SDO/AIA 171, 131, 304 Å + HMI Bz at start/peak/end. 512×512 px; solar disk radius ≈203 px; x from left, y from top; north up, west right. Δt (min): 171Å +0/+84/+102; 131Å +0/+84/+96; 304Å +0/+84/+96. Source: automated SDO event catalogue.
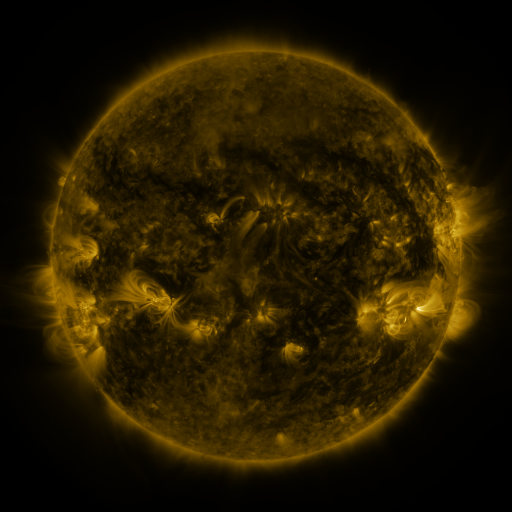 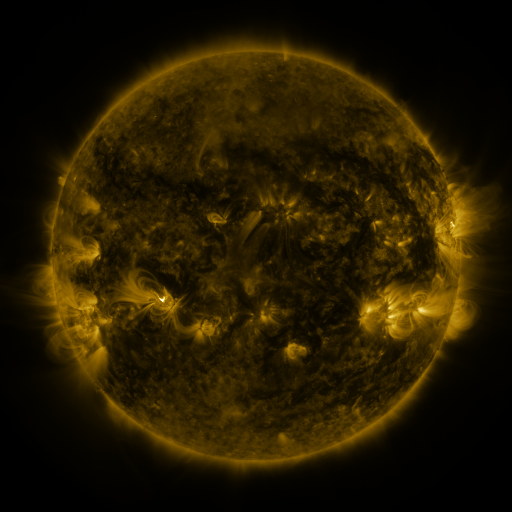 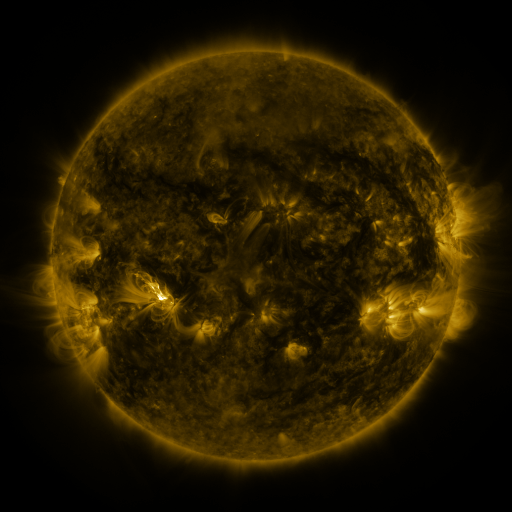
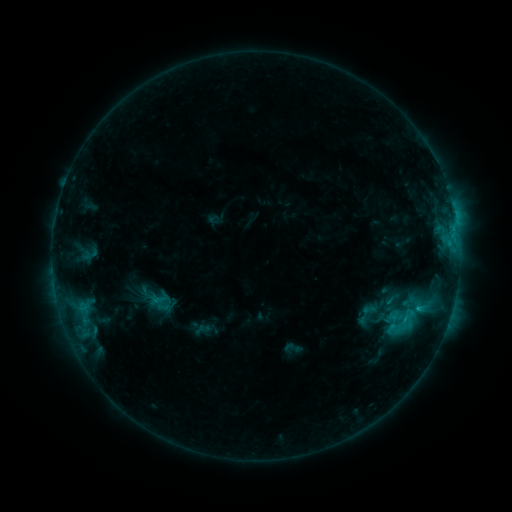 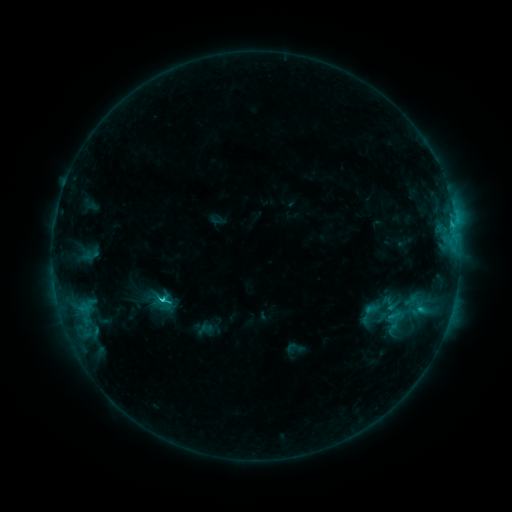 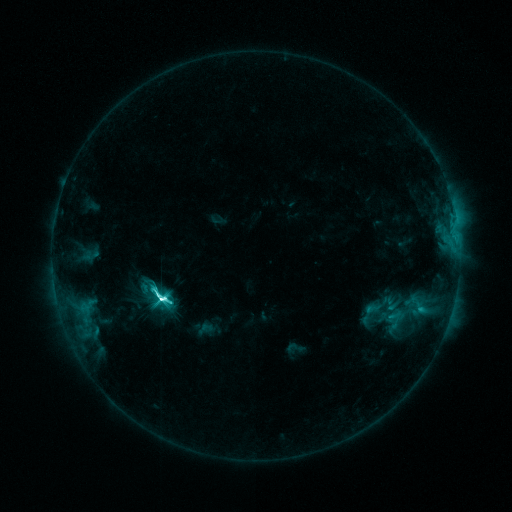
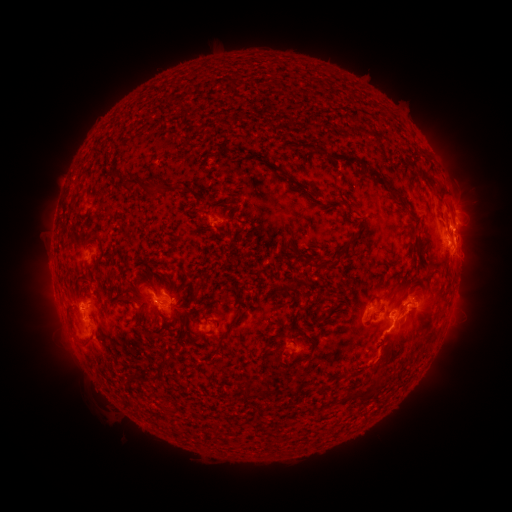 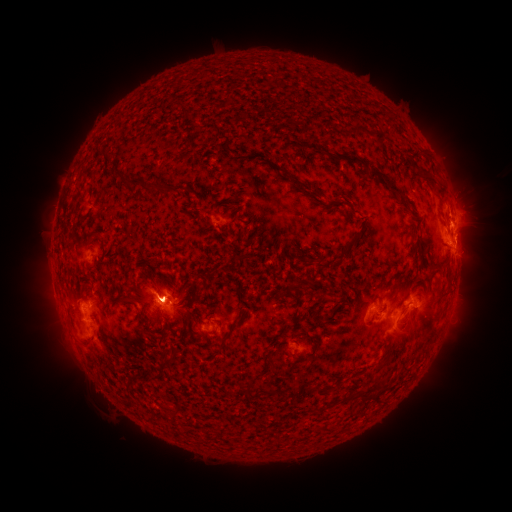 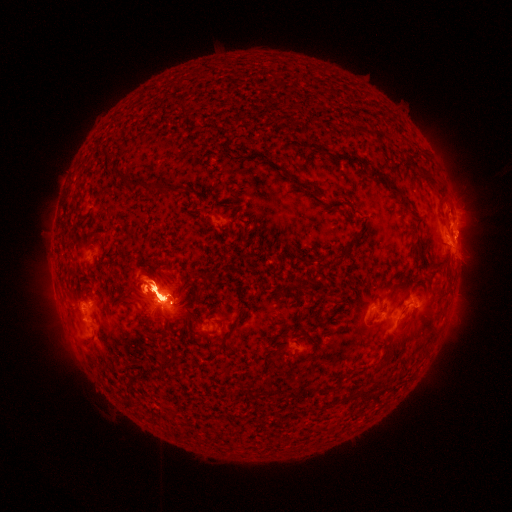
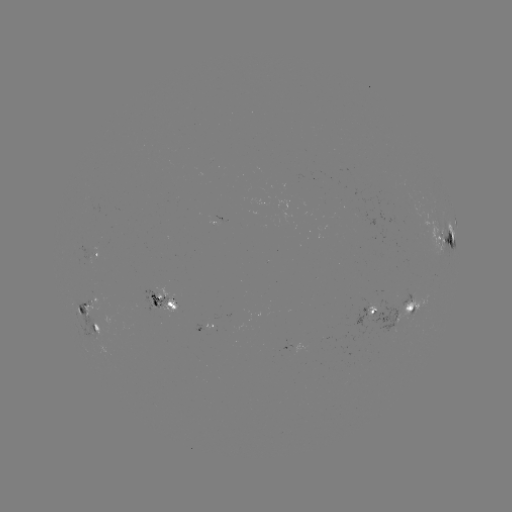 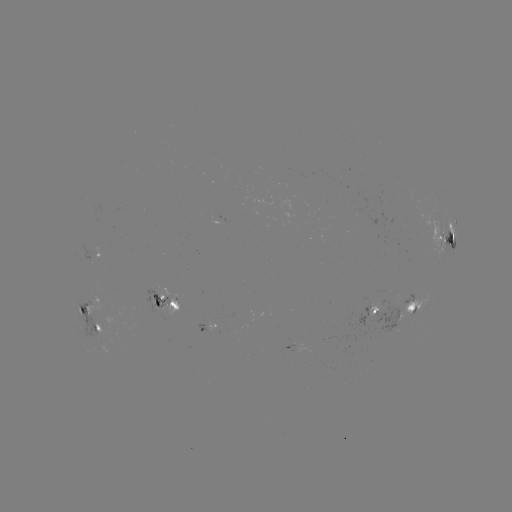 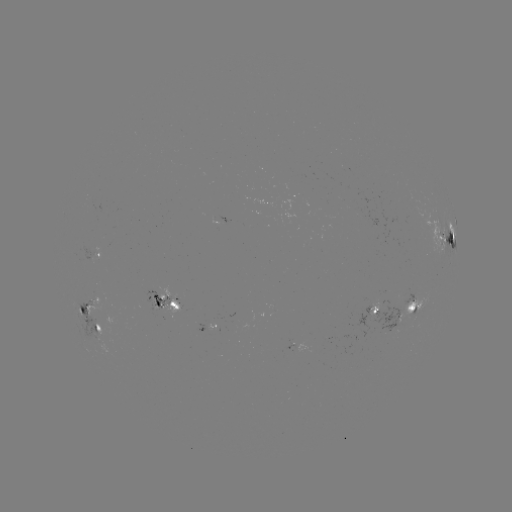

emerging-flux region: (83, 295, 107, 314)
